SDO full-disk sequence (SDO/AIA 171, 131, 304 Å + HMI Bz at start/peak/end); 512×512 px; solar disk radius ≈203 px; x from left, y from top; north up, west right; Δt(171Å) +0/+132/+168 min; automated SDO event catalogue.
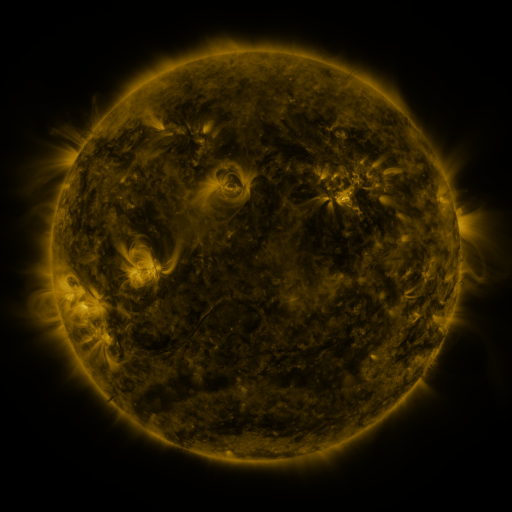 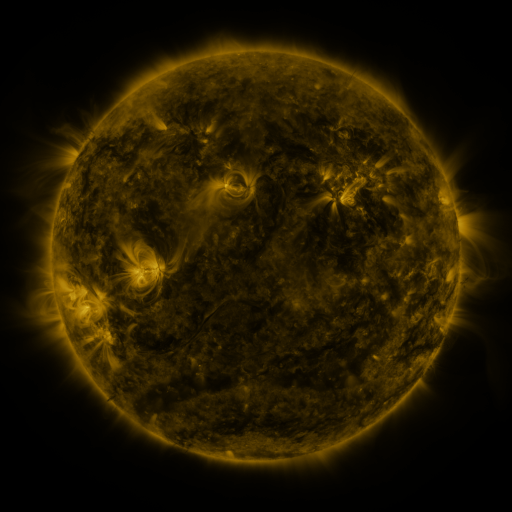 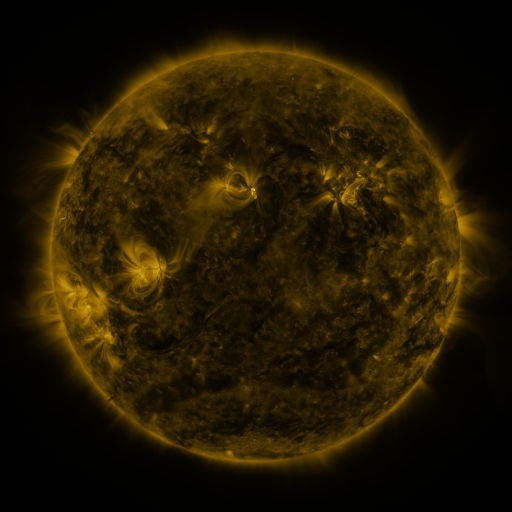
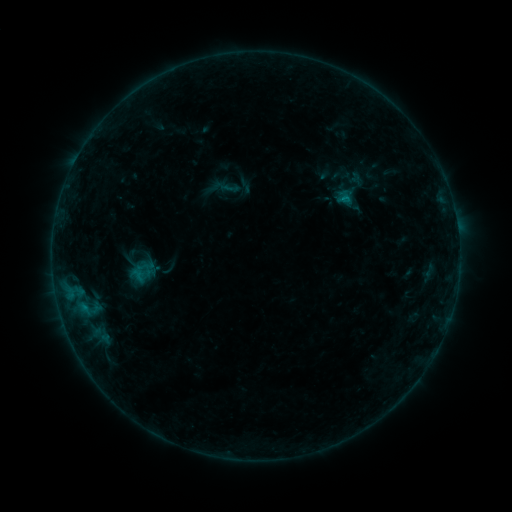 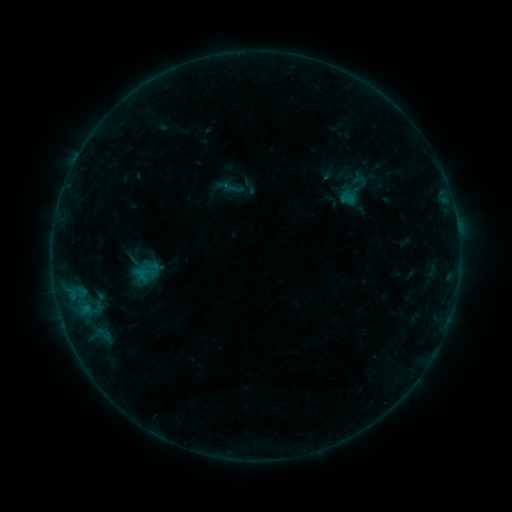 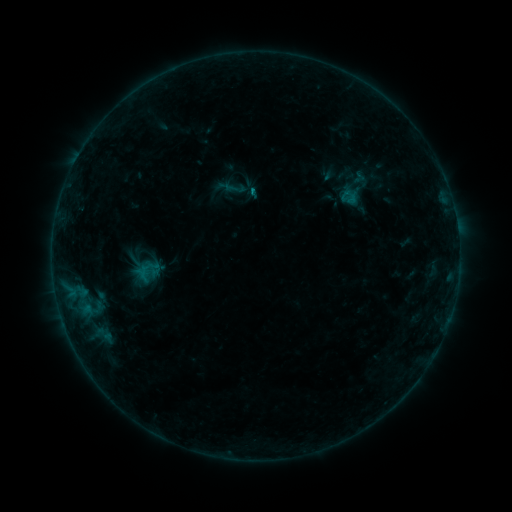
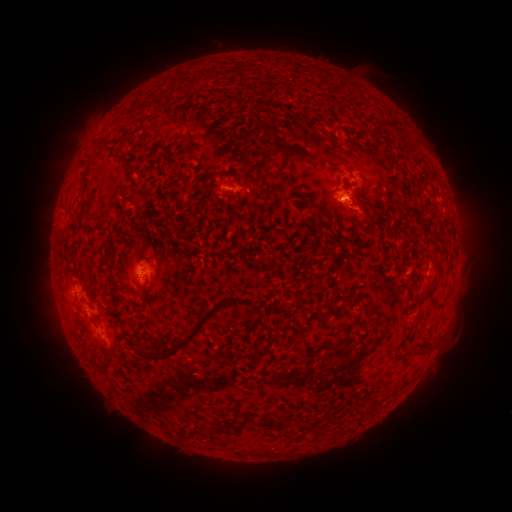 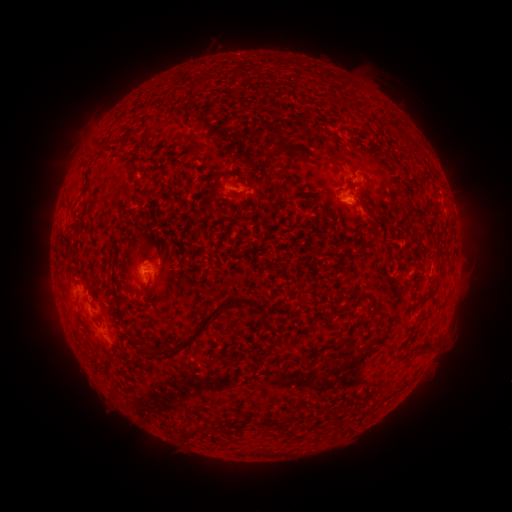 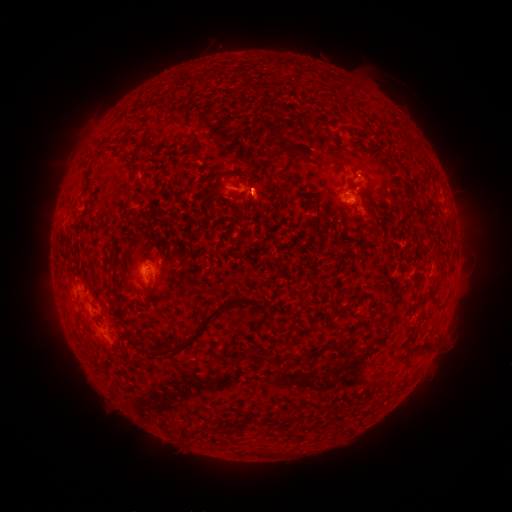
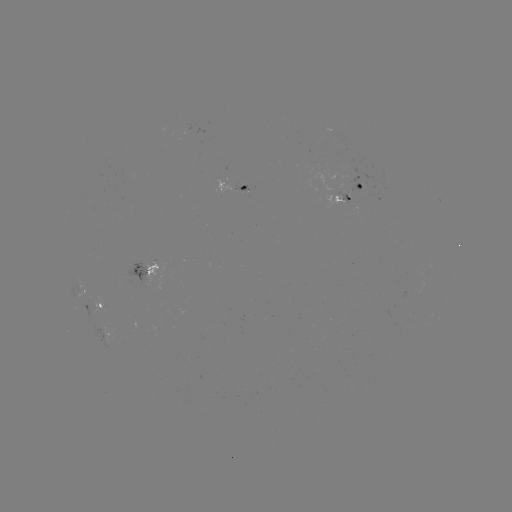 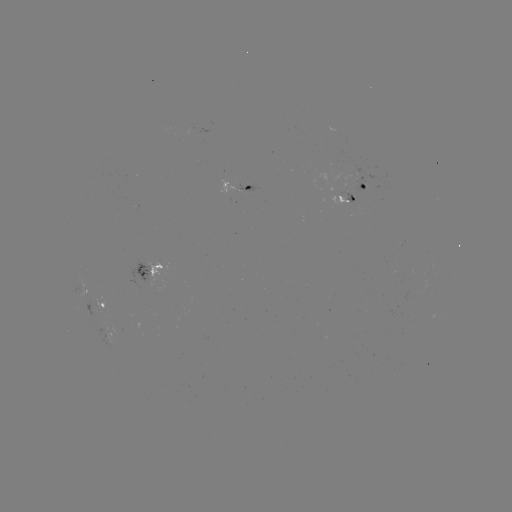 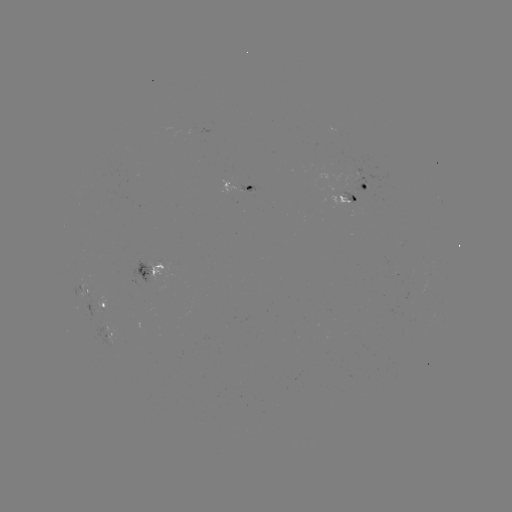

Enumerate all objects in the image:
emerging-flux region: (356, 174)
